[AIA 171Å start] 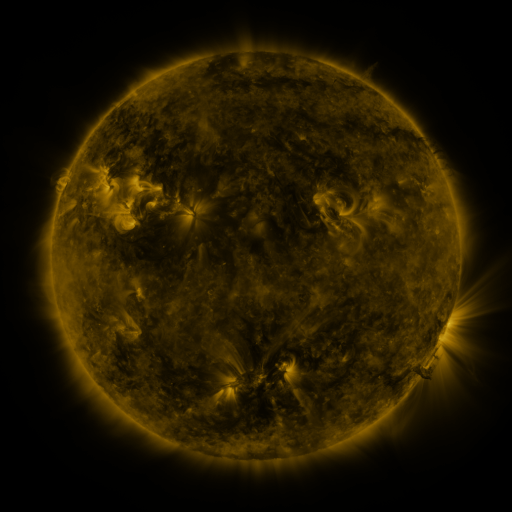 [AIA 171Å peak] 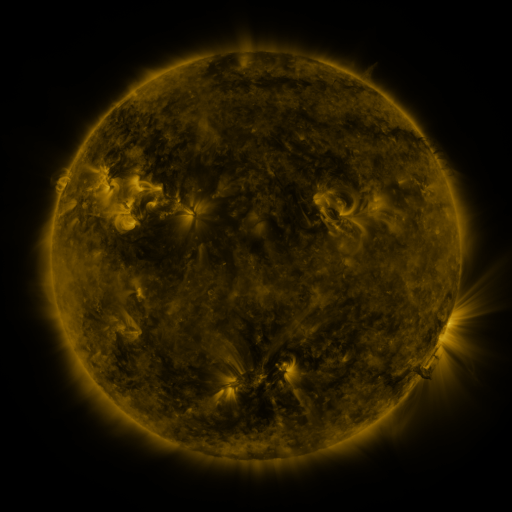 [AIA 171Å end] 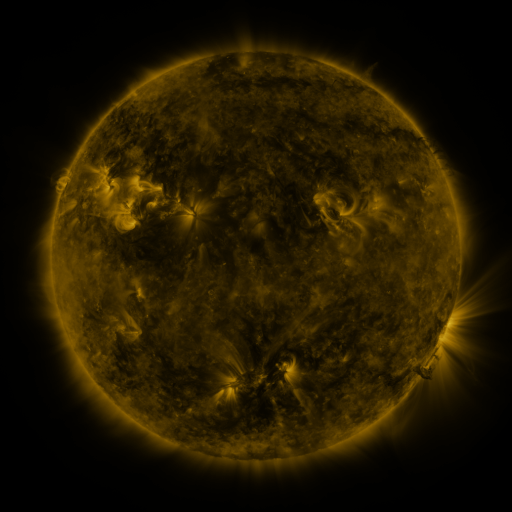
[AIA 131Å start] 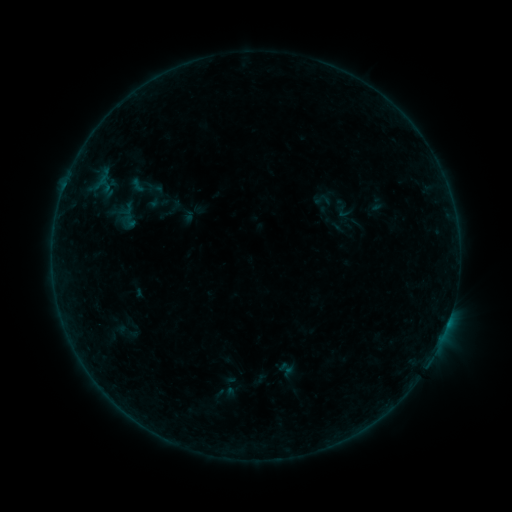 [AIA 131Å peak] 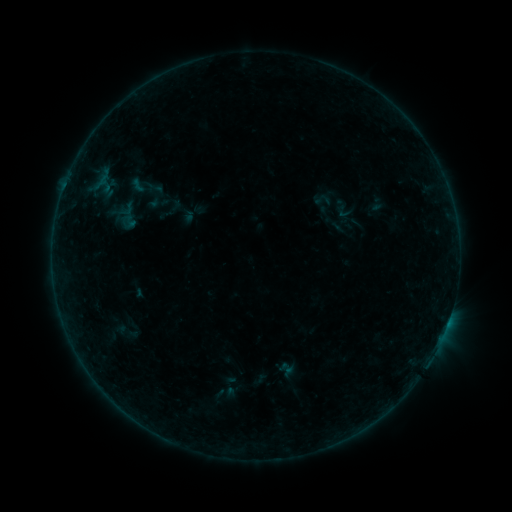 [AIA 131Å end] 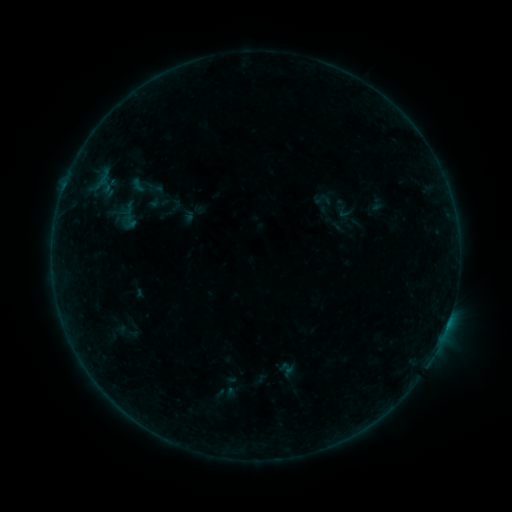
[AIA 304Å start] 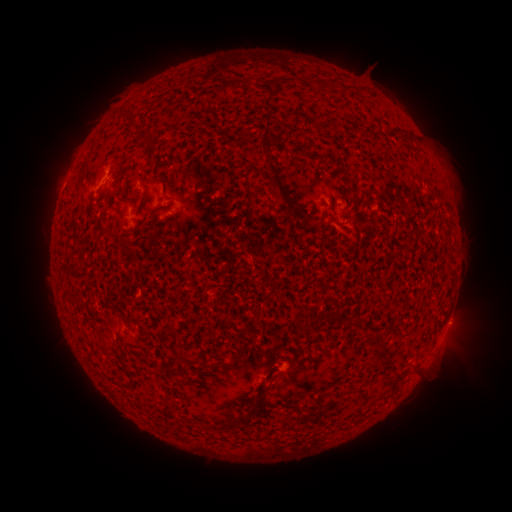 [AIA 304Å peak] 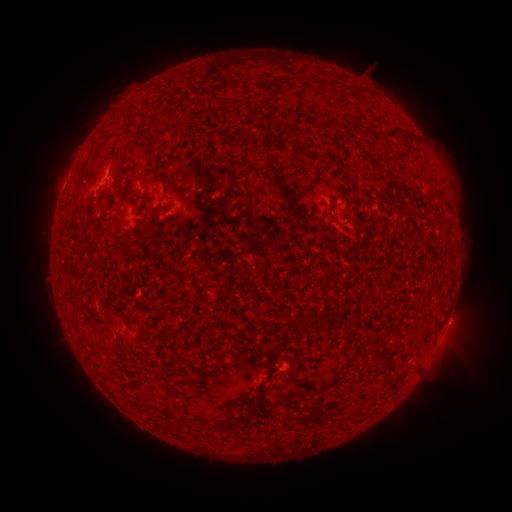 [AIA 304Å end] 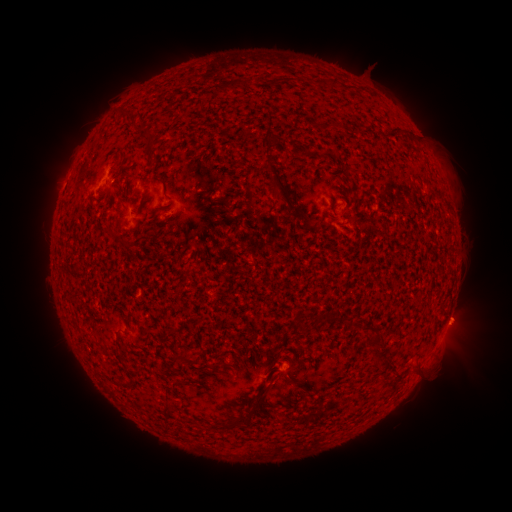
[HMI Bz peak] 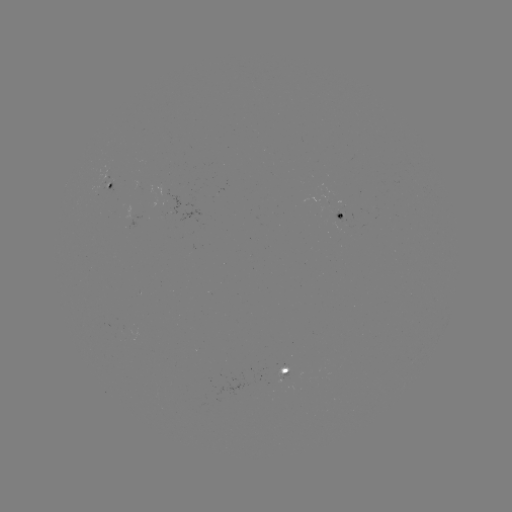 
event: eruption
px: (461, 321)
